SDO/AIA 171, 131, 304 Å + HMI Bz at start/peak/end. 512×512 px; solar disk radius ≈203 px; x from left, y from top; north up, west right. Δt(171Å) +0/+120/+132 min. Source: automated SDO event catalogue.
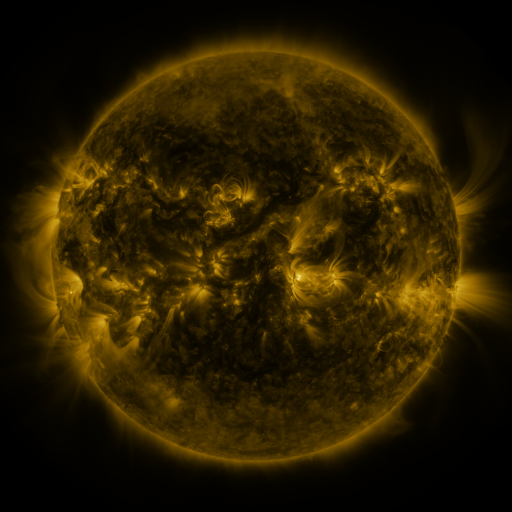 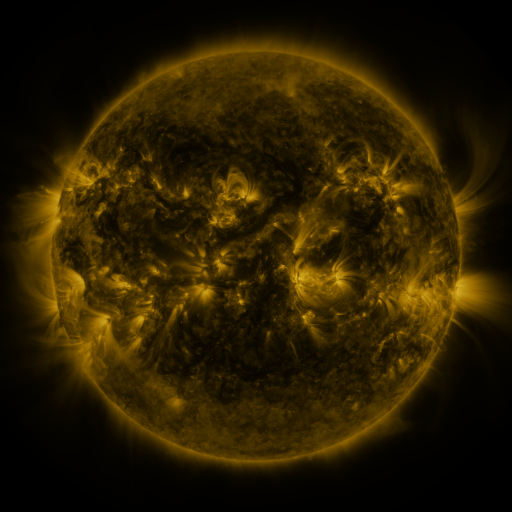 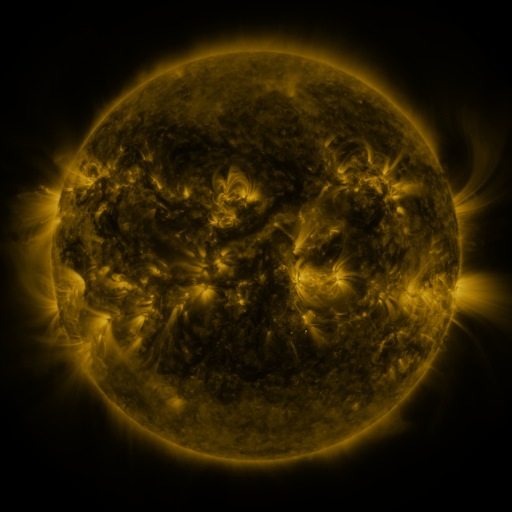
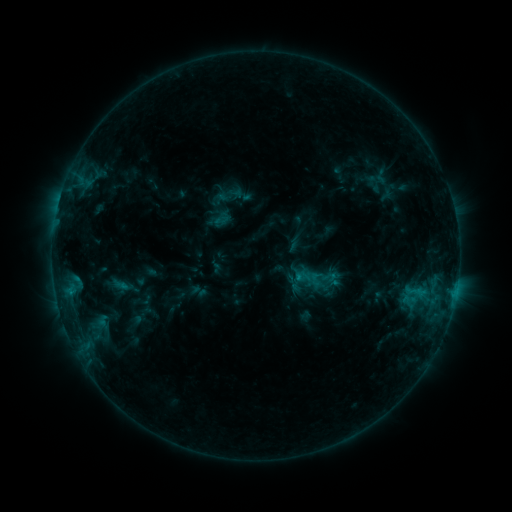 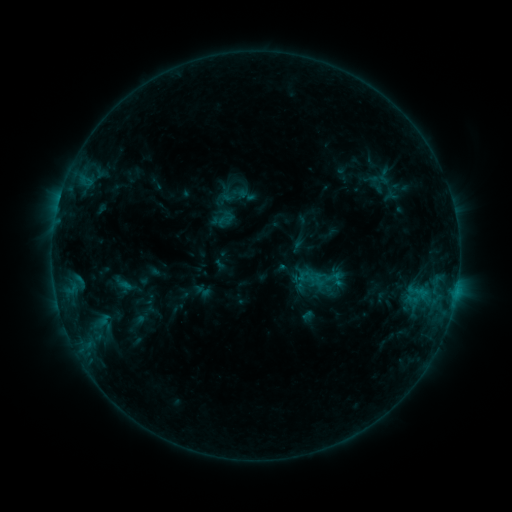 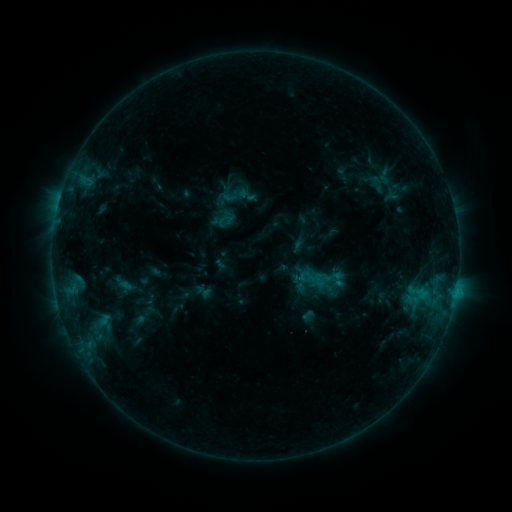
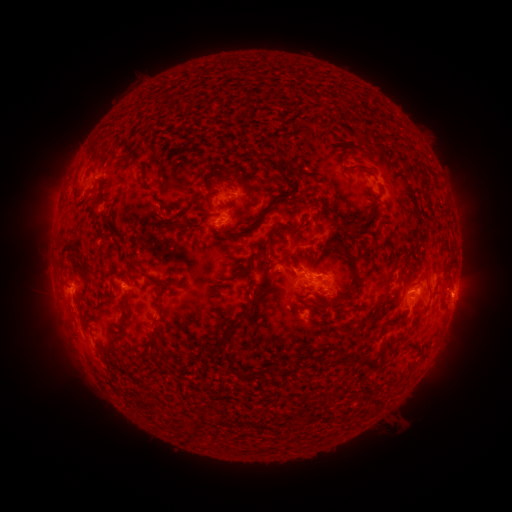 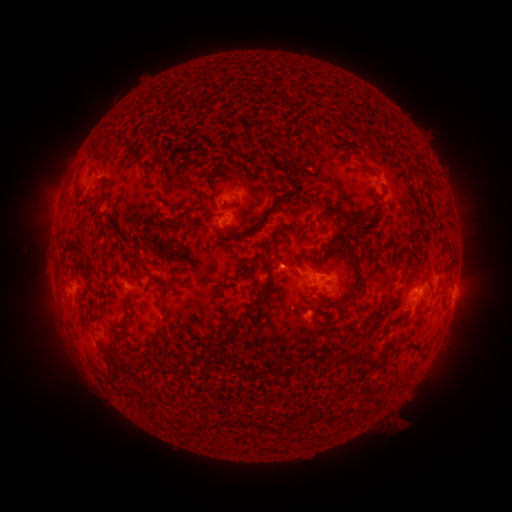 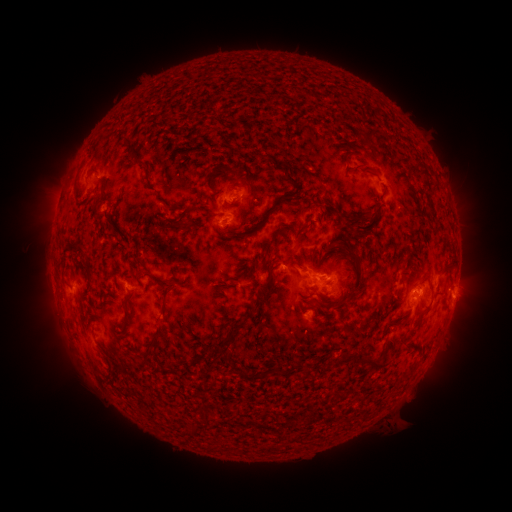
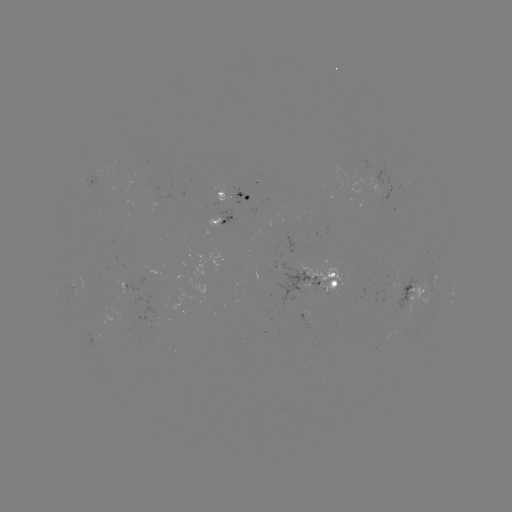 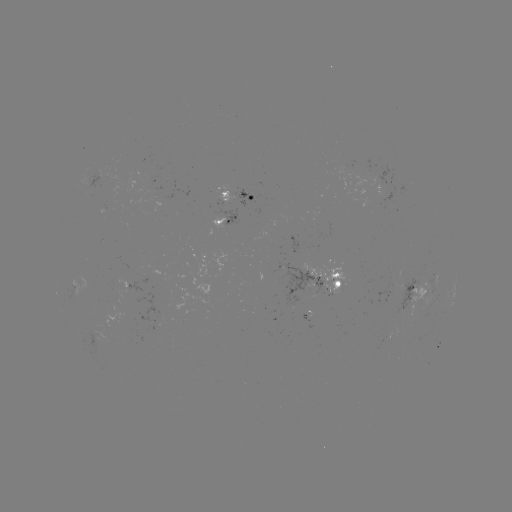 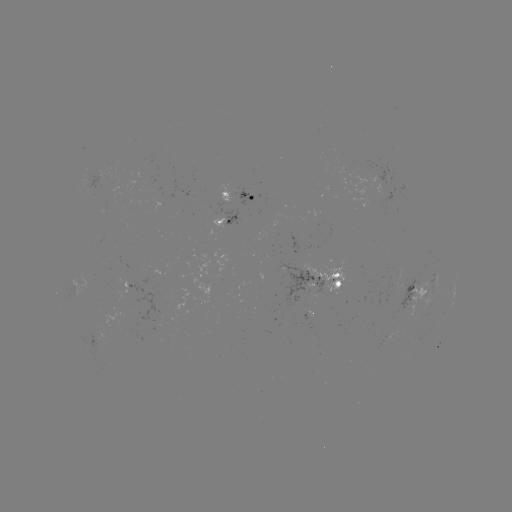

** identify emerging-flux region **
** (402, 289) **